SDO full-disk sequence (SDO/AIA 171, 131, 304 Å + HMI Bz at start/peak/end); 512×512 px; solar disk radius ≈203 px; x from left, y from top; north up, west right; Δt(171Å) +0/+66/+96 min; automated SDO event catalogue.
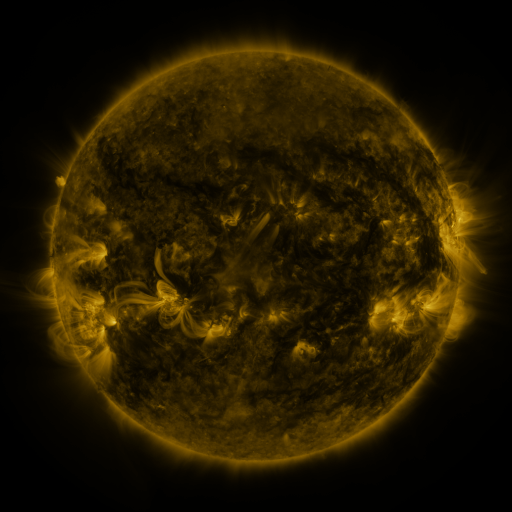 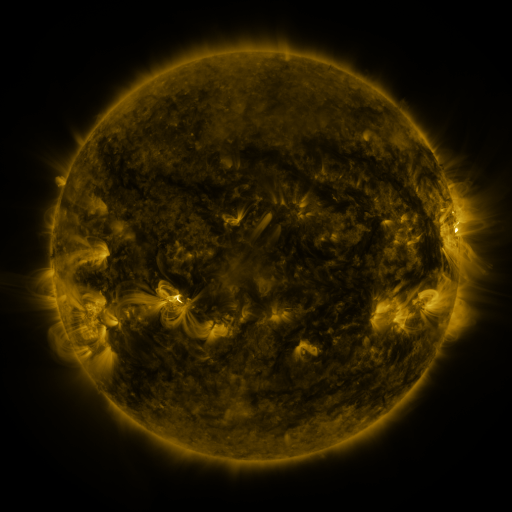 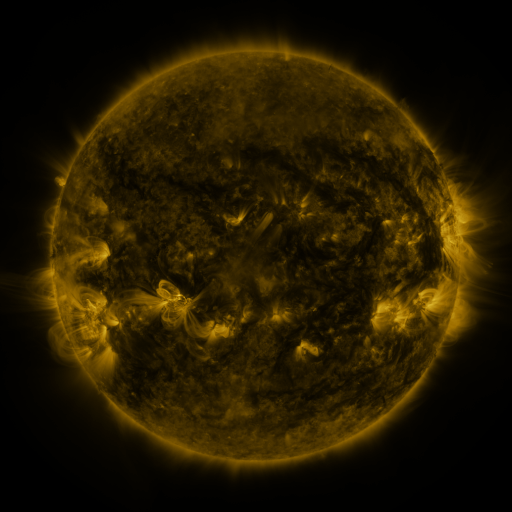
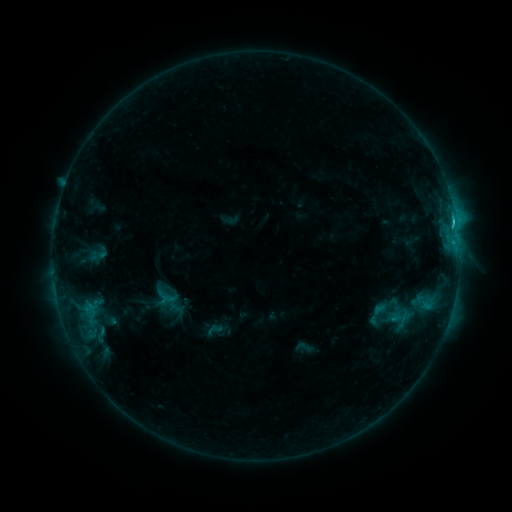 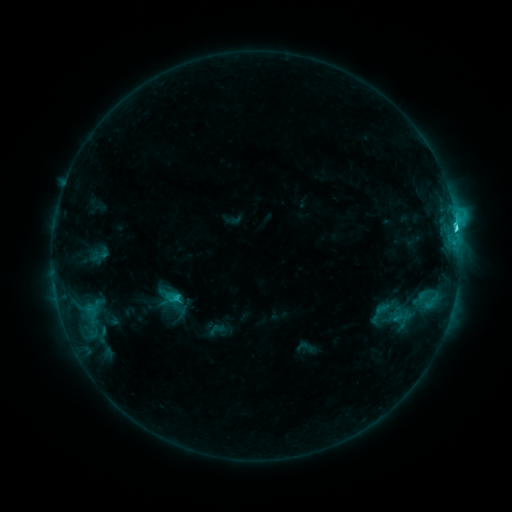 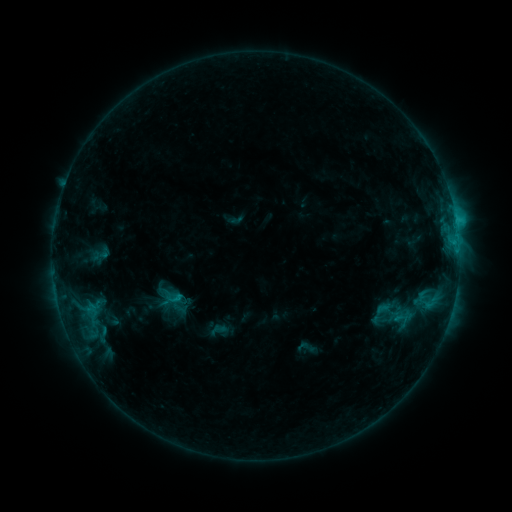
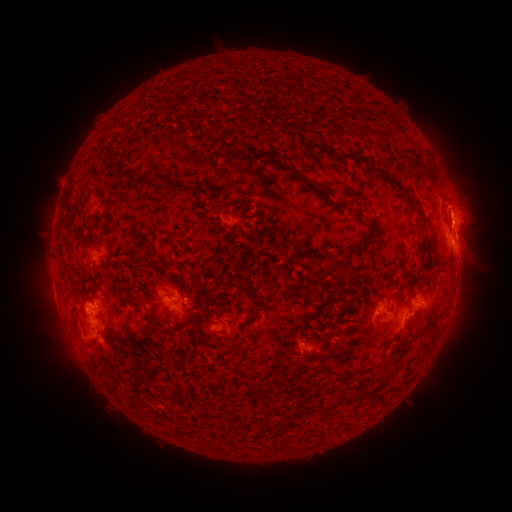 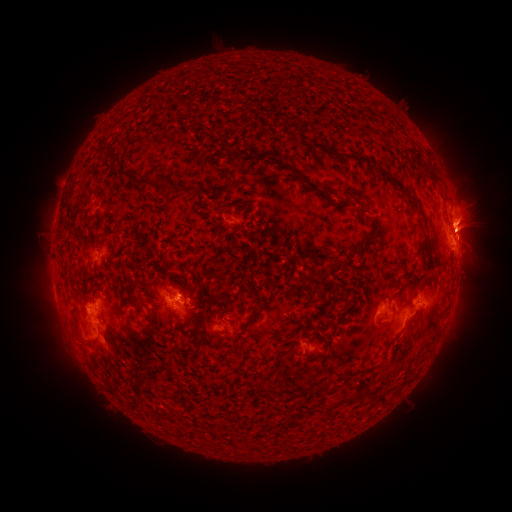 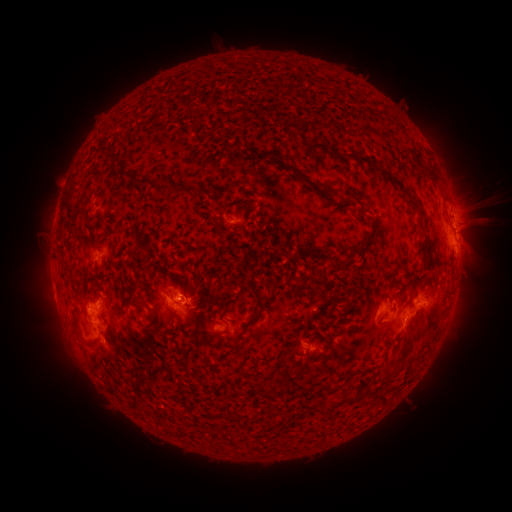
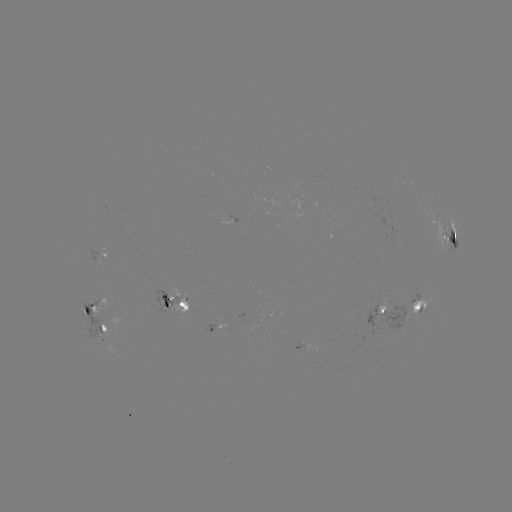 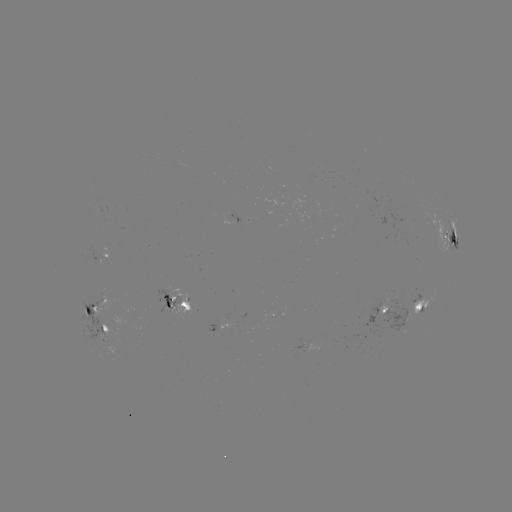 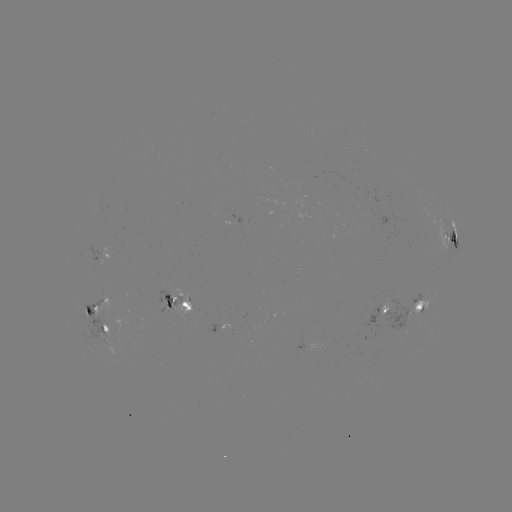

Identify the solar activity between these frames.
emerging-flux region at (111, 352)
